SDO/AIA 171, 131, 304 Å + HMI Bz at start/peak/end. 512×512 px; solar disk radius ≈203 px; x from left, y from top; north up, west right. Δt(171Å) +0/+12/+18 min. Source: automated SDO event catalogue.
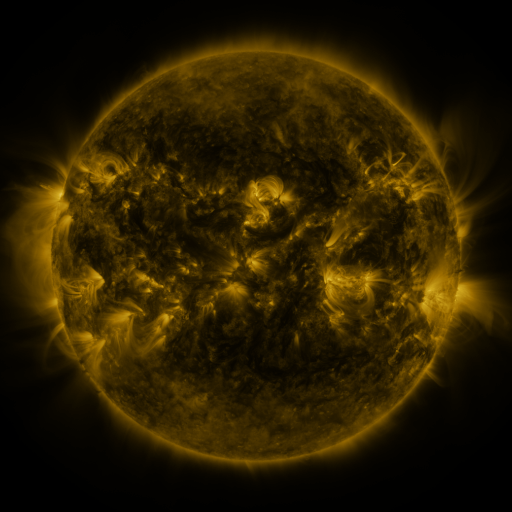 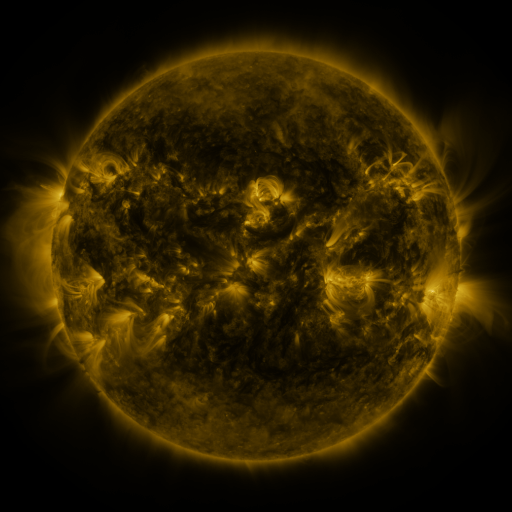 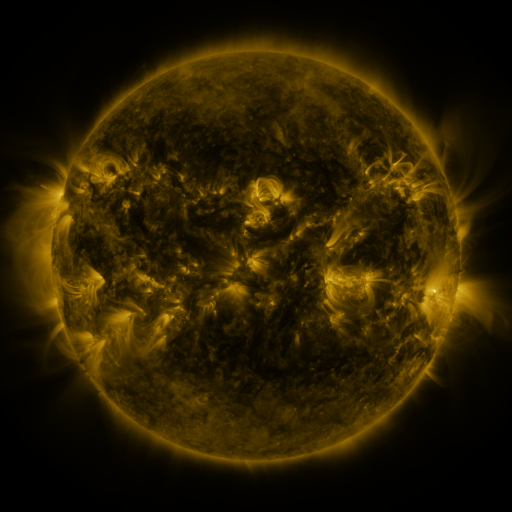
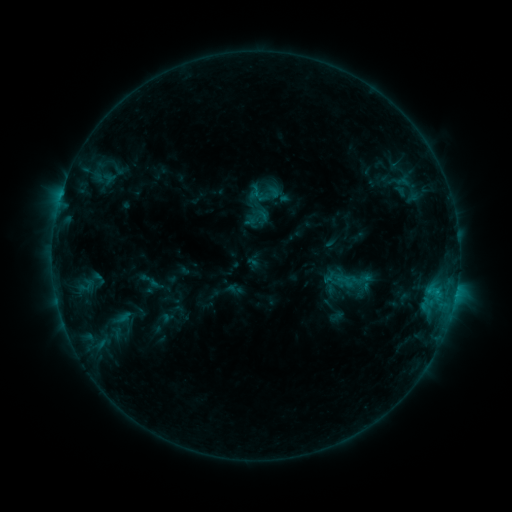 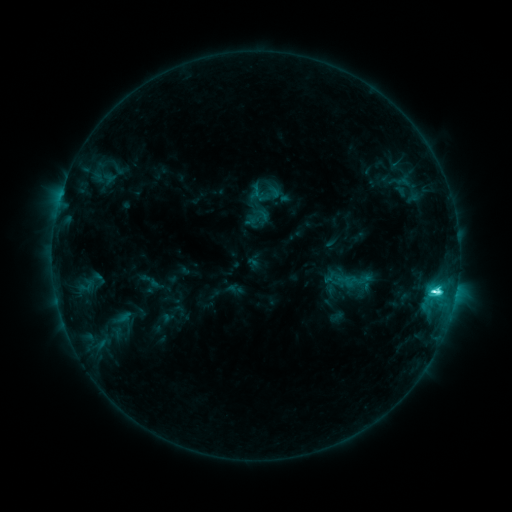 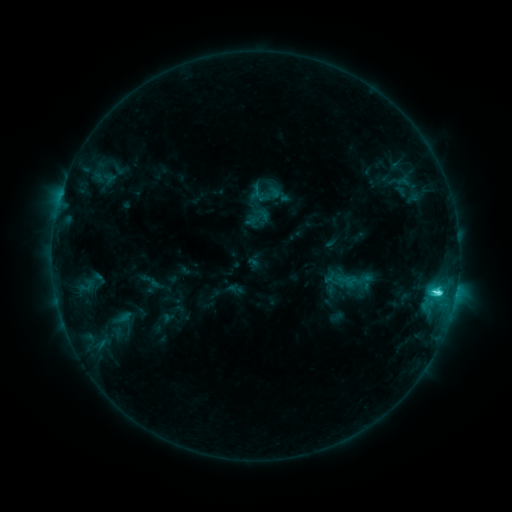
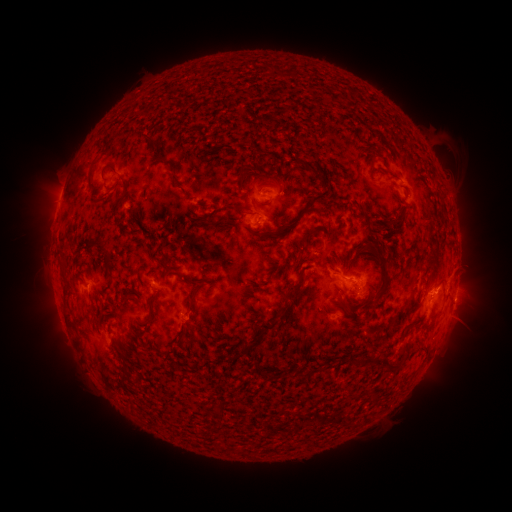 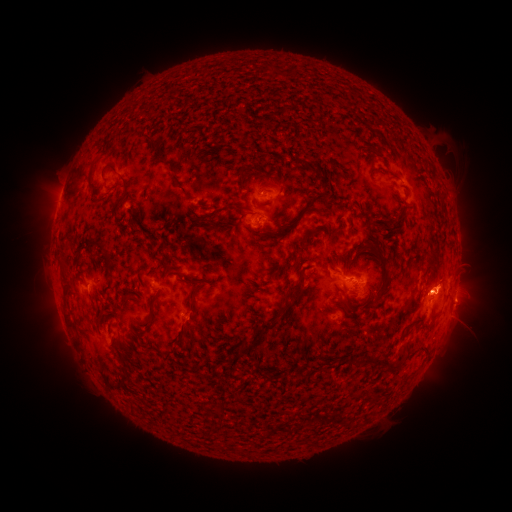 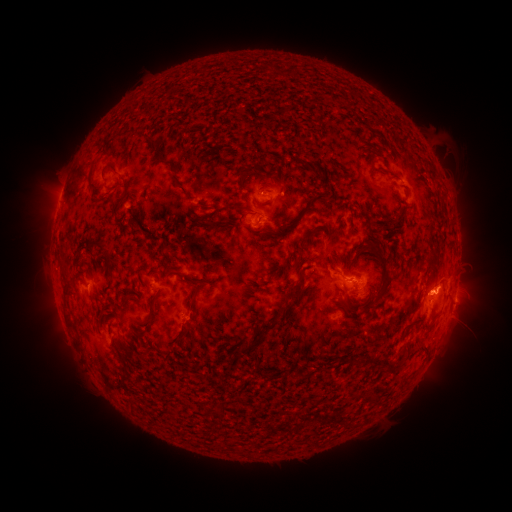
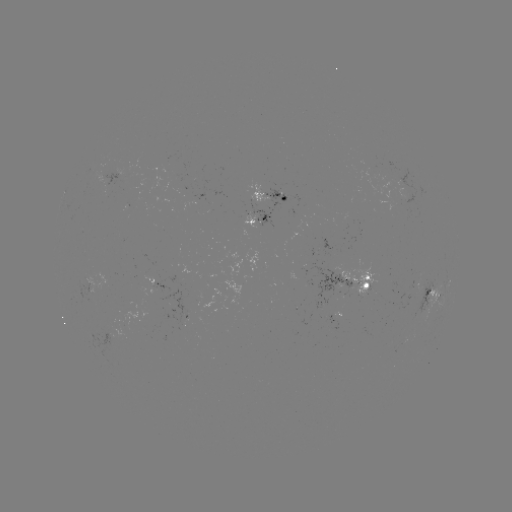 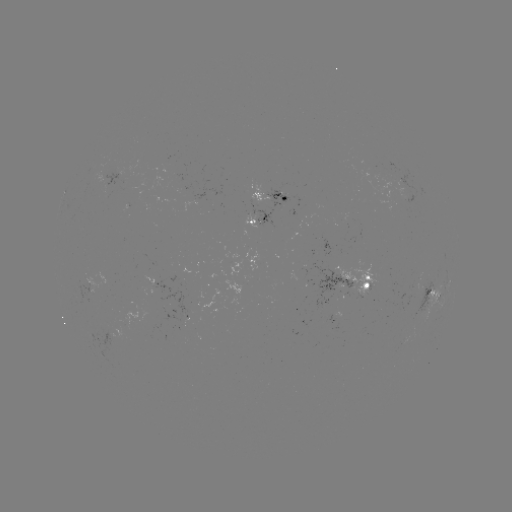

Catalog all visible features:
C4.8 flare: (432, 290)
